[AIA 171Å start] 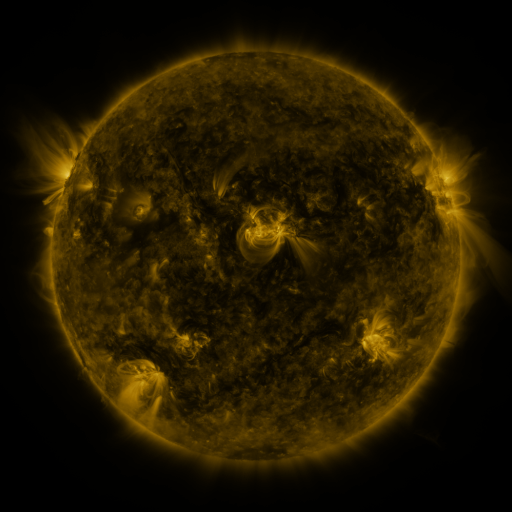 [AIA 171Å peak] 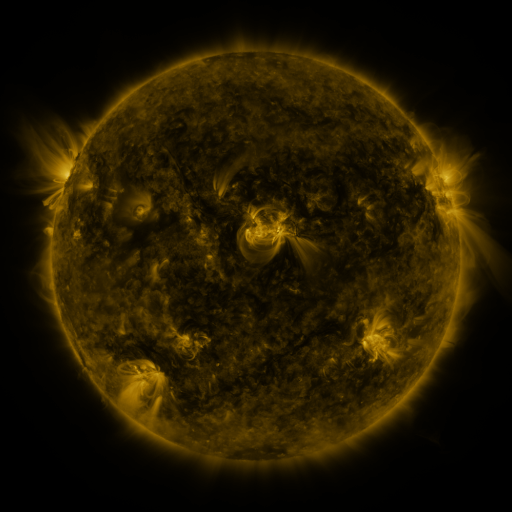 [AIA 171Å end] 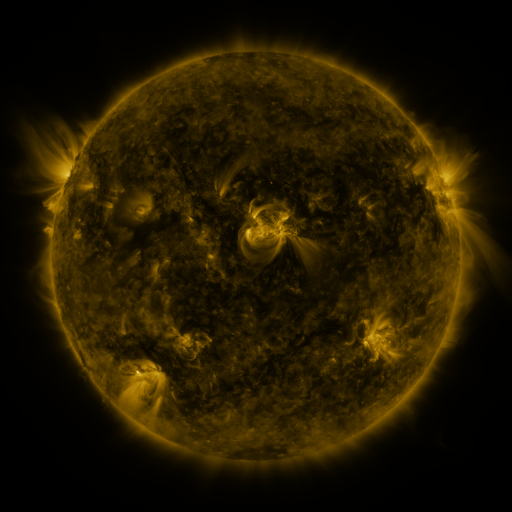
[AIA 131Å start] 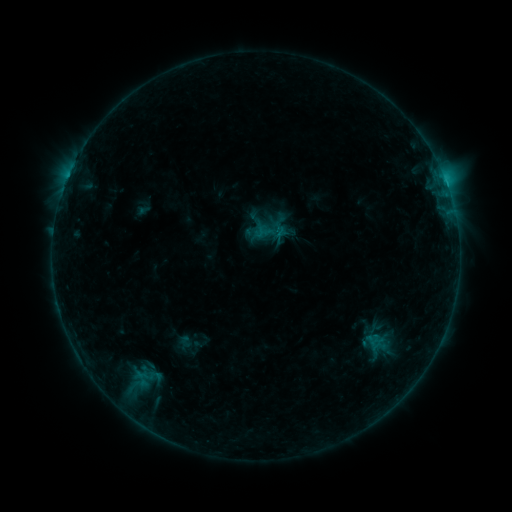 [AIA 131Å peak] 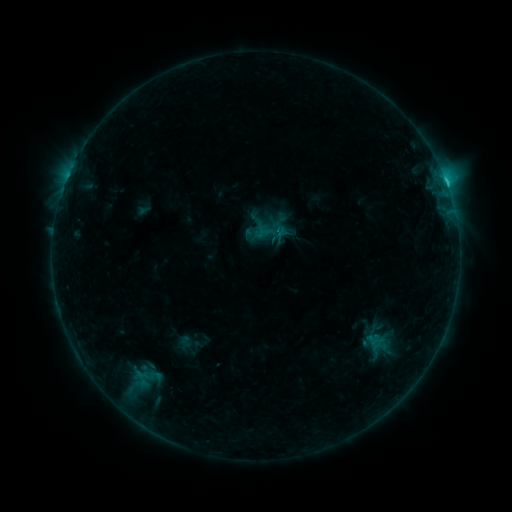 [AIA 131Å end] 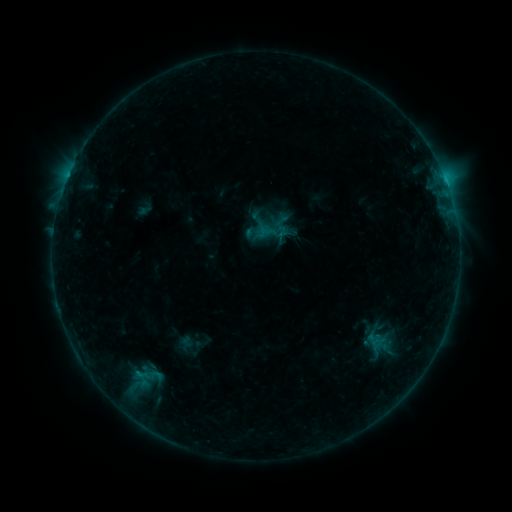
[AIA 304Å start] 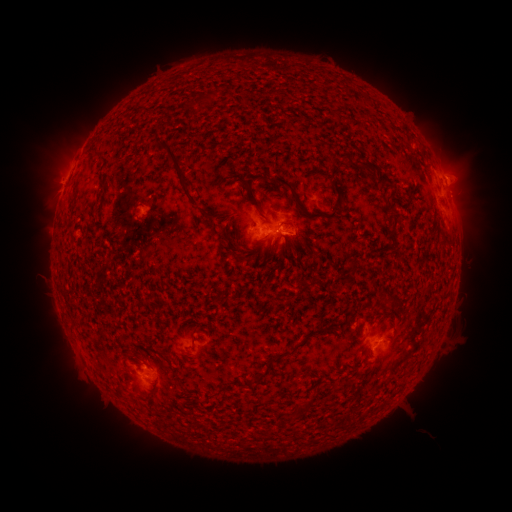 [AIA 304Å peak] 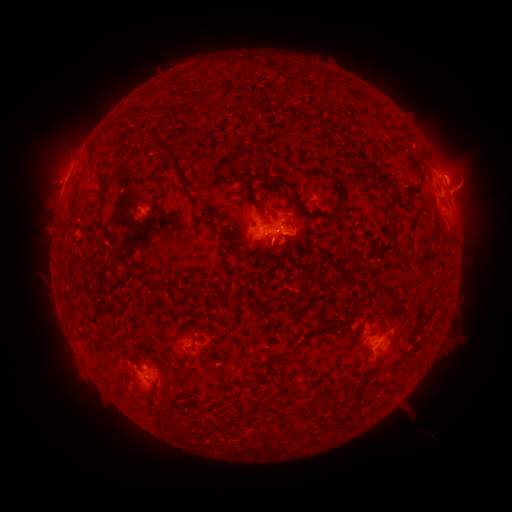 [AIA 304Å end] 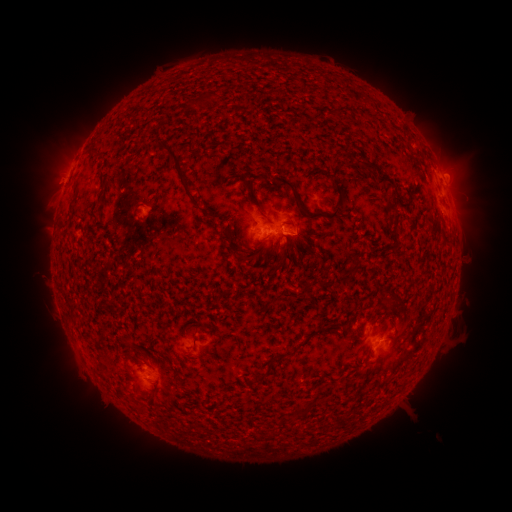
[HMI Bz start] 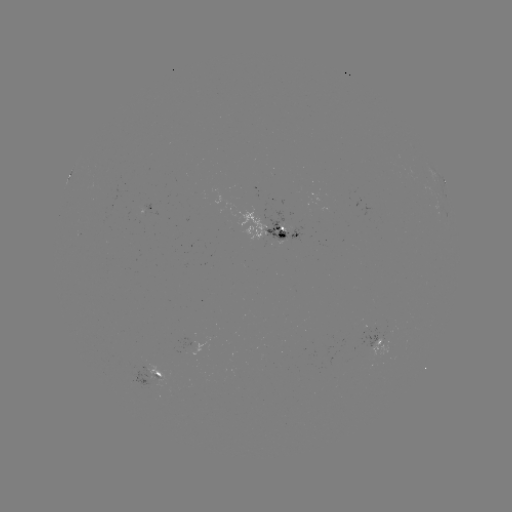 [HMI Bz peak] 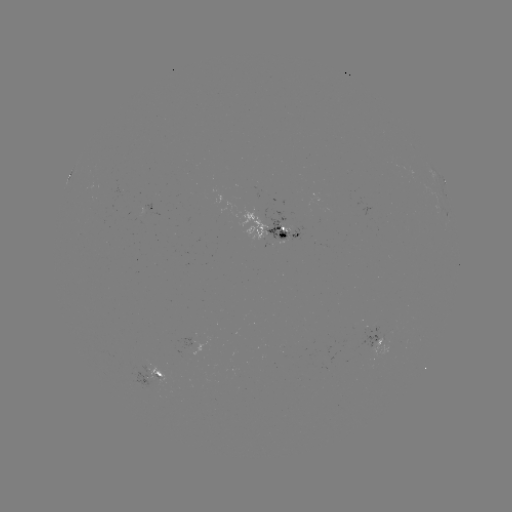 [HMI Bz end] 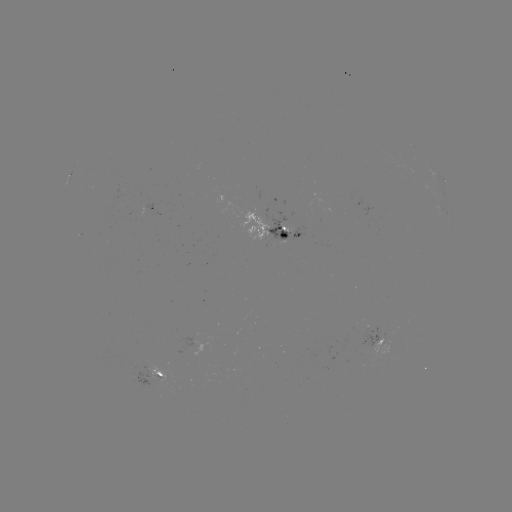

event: flare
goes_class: C3.0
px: (445, 184)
